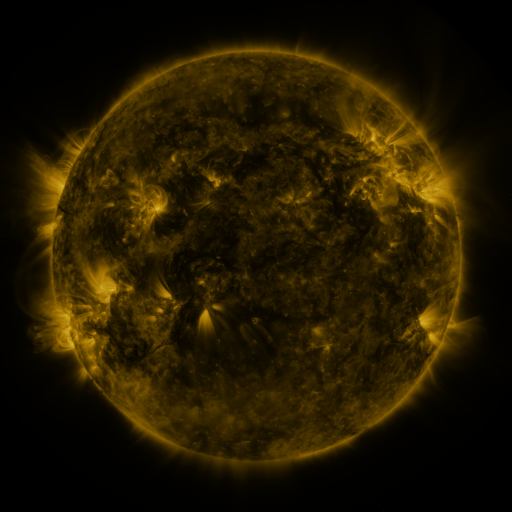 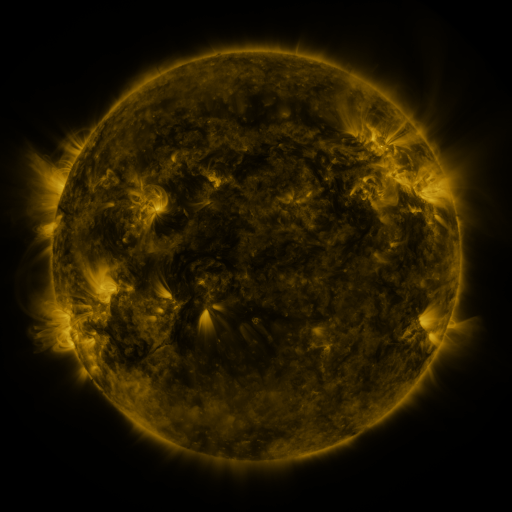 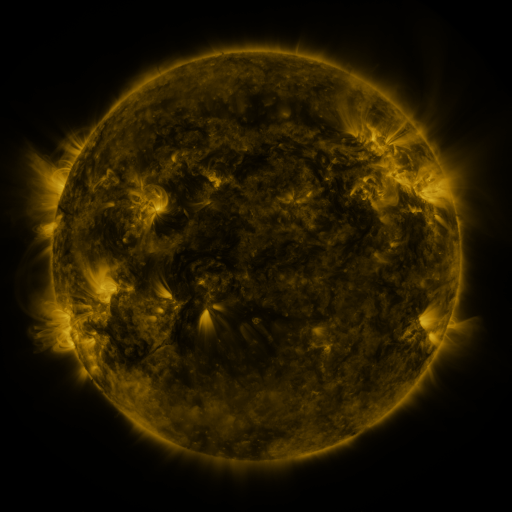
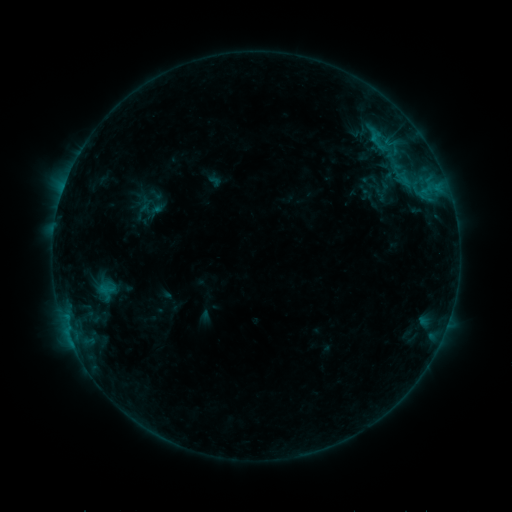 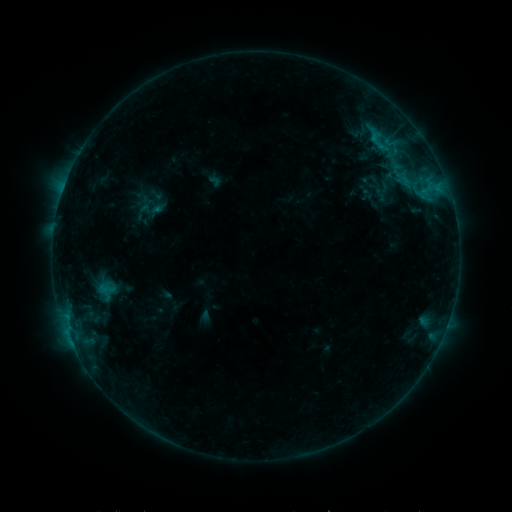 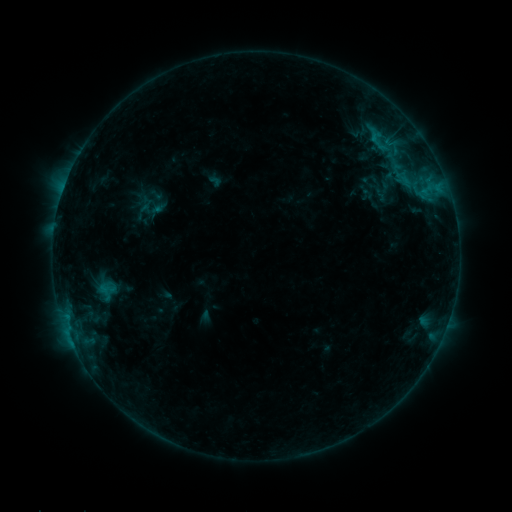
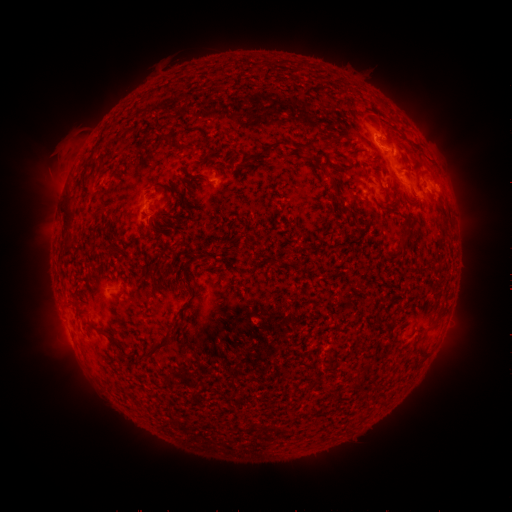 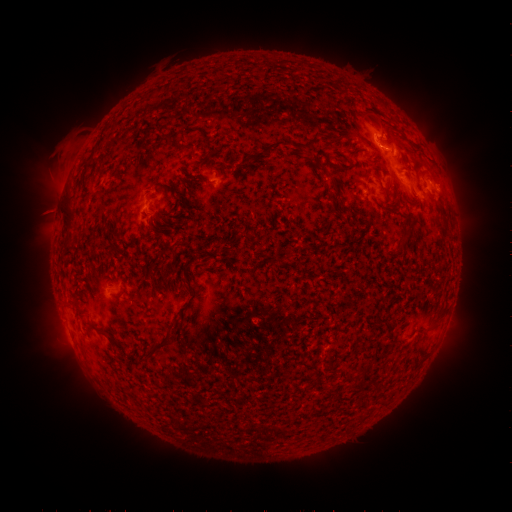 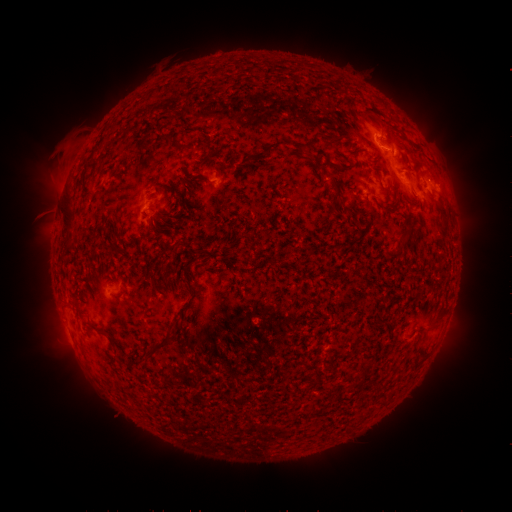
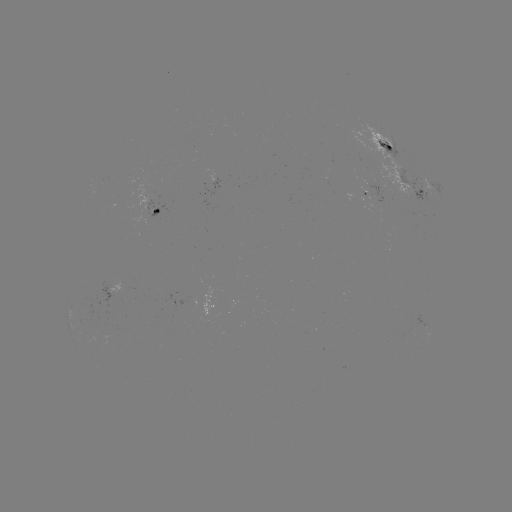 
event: eruption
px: (51, 208)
